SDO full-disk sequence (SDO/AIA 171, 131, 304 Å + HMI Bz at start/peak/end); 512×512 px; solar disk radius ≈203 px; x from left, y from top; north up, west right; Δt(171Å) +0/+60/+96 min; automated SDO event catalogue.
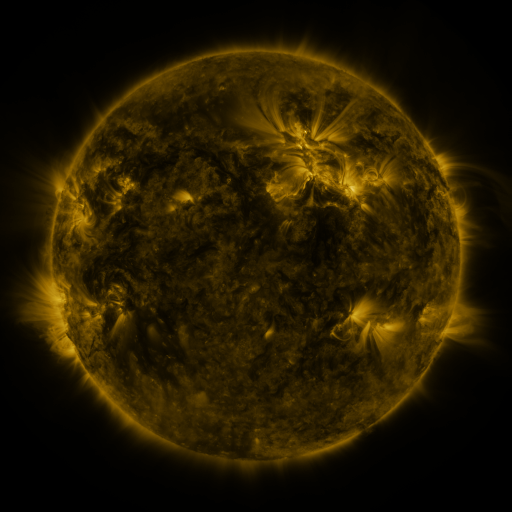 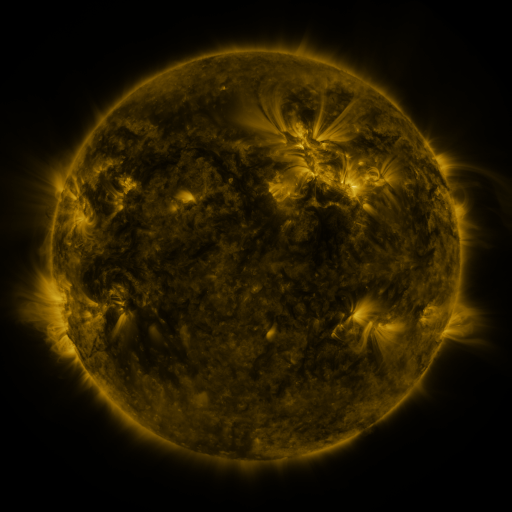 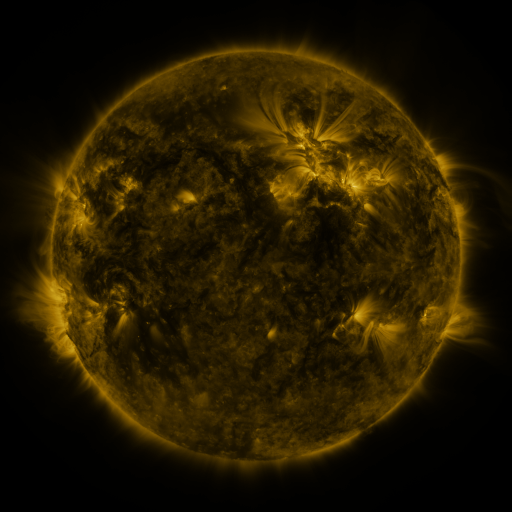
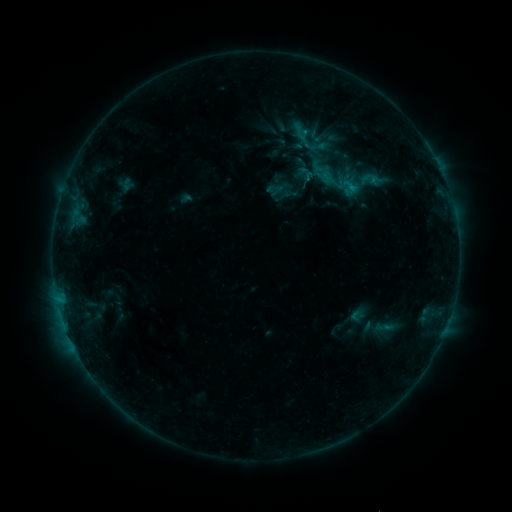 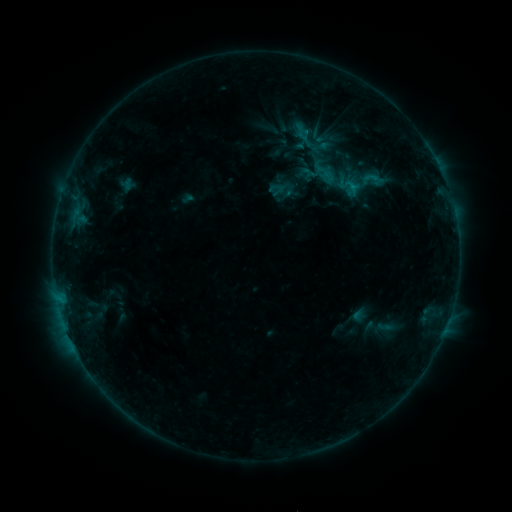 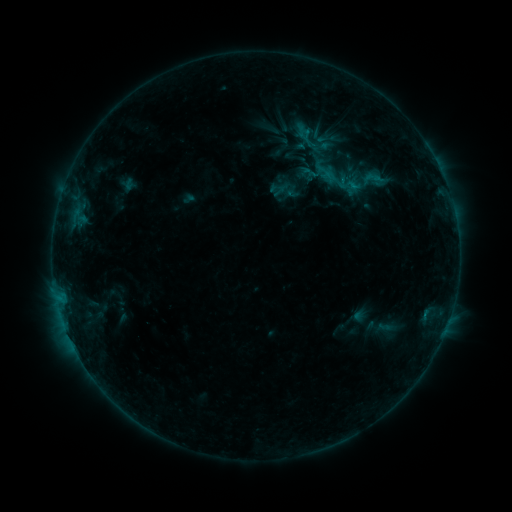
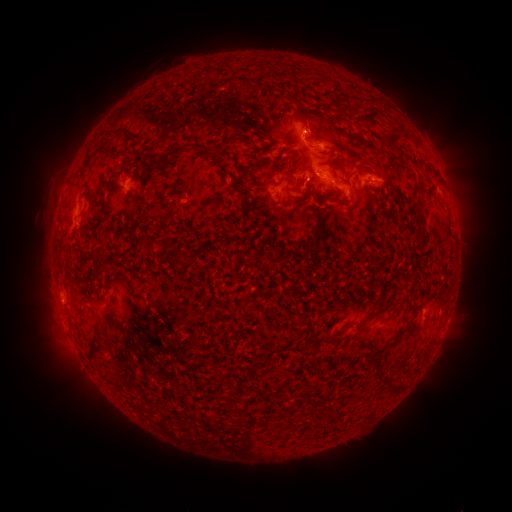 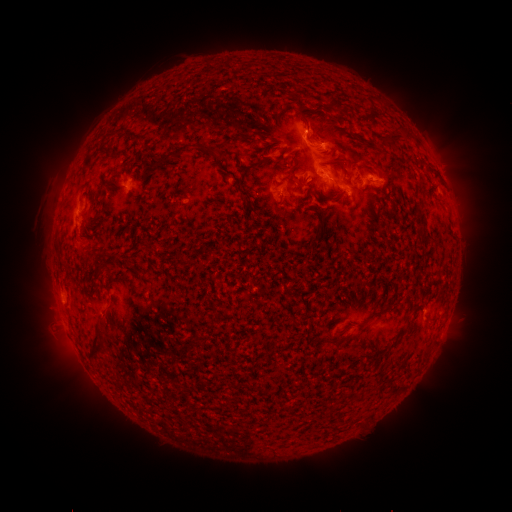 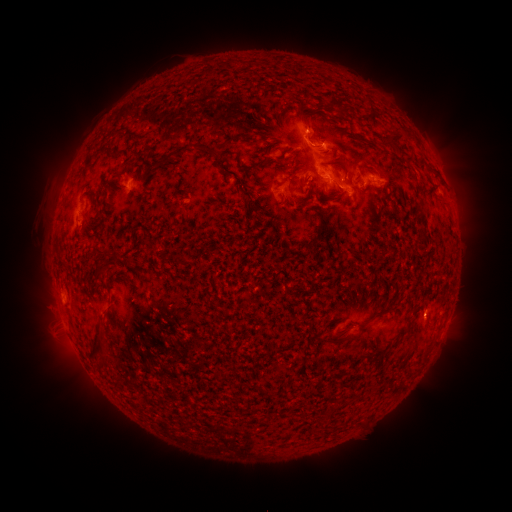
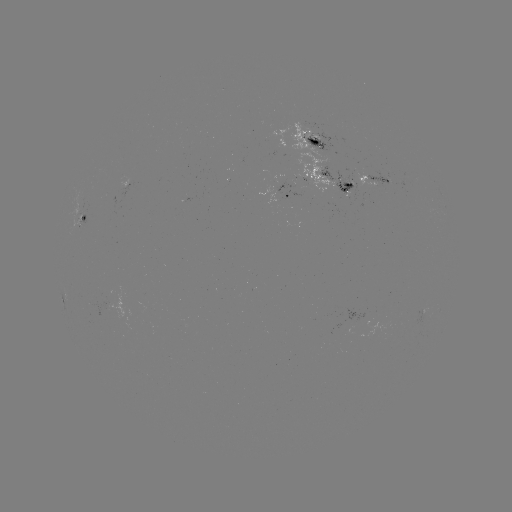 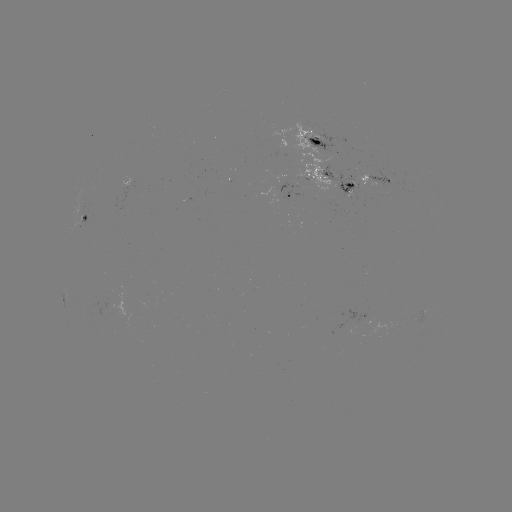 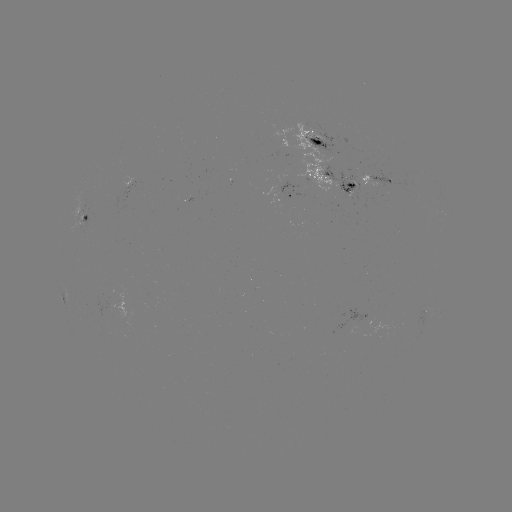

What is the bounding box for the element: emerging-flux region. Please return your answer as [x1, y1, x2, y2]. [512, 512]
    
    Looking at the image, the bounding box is [86, 291, 119, 317].